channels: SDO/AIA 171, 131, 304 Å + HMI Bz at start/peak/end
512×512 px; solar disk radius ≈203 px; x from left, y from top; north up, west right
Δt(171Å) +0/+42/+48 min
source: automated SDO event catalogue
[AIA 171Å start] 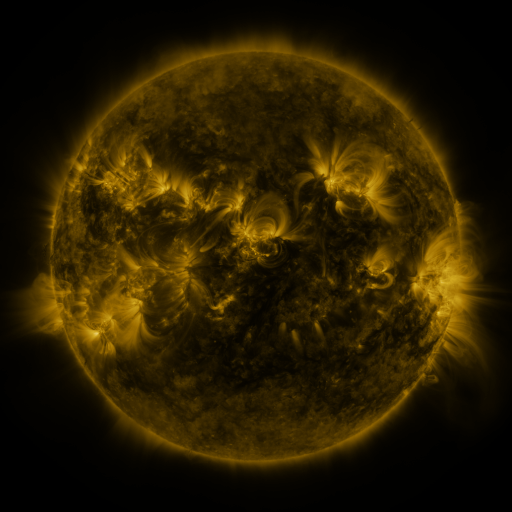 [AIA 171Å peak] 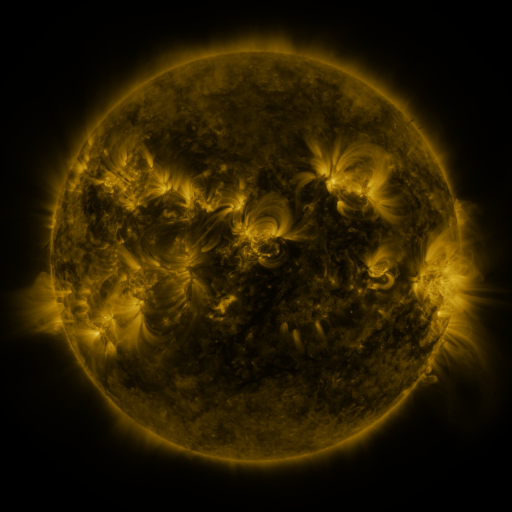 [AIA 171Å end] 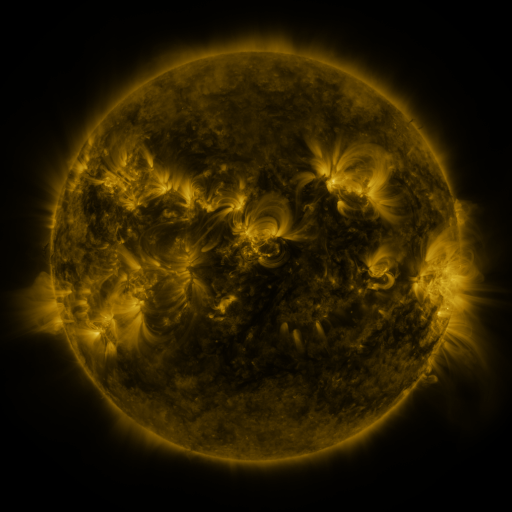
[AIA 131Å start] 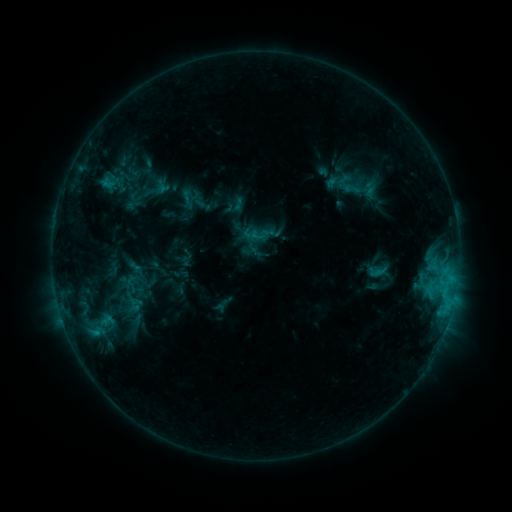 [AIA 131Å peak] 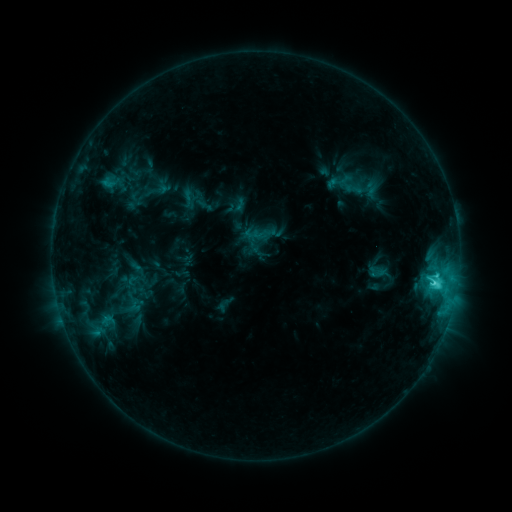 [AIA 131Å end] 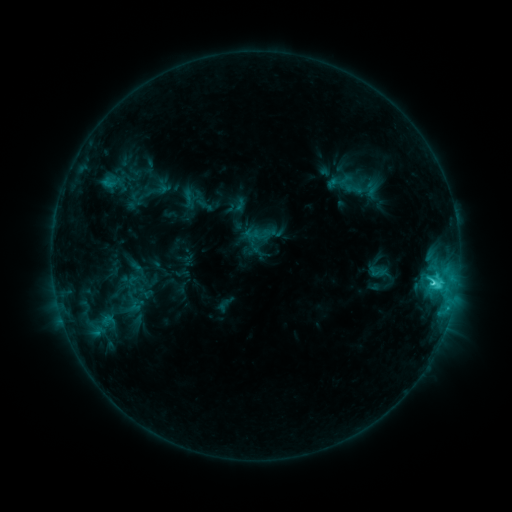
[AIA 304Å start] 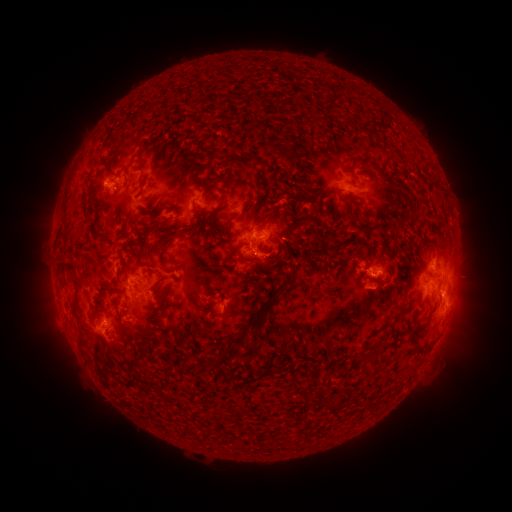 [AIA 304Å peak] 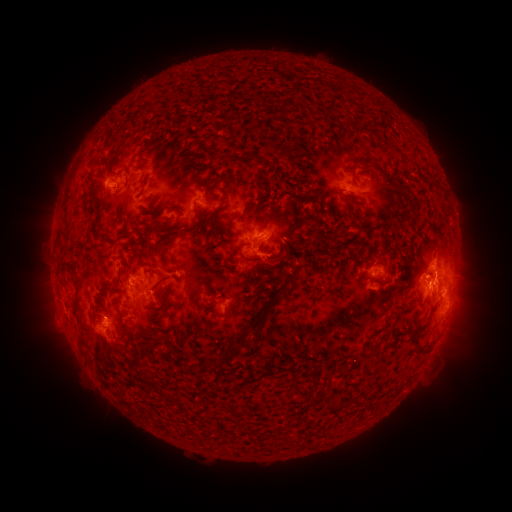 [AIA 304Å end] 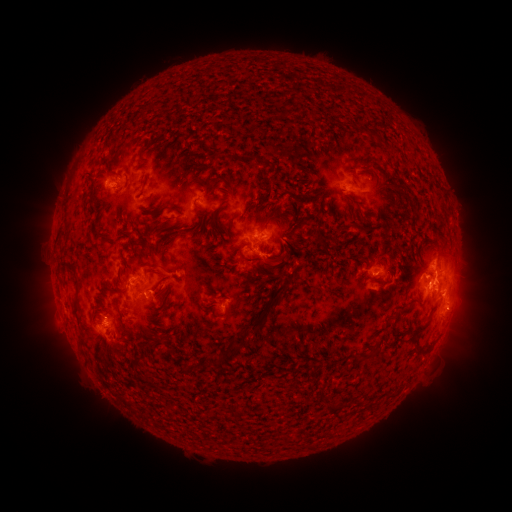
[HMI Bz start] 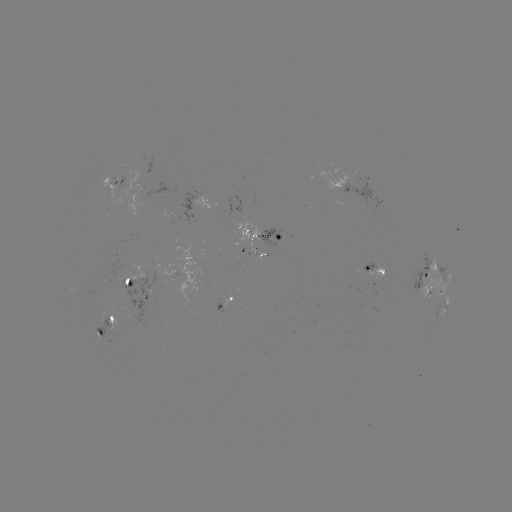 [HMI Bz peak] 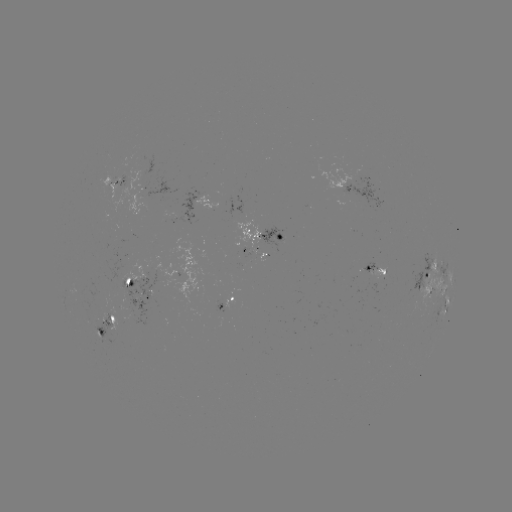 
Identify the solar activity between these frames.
C4.2 flare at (435, 283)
